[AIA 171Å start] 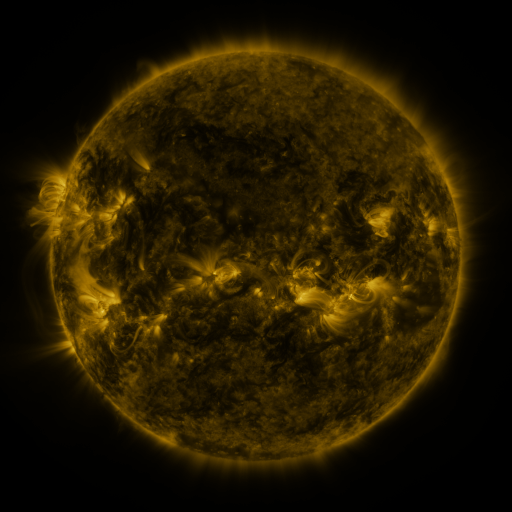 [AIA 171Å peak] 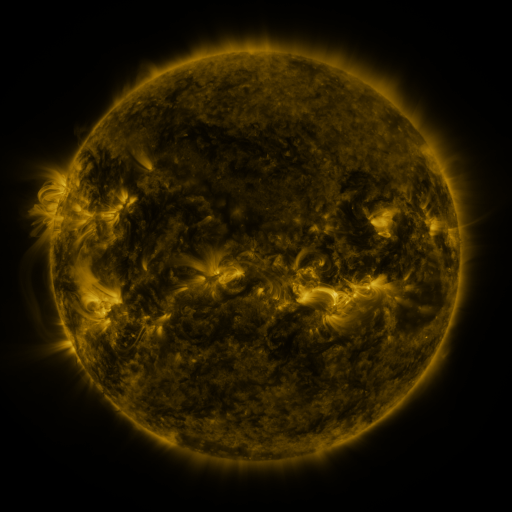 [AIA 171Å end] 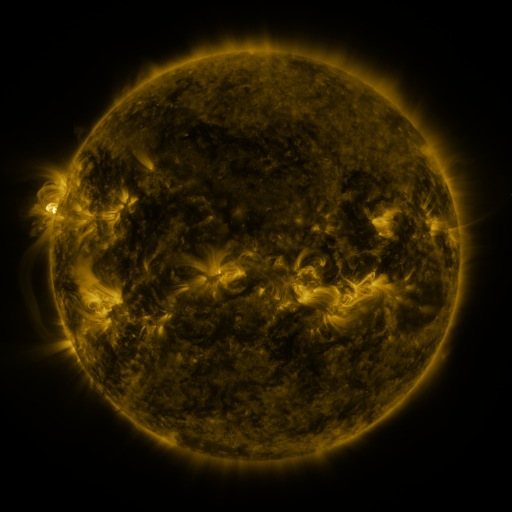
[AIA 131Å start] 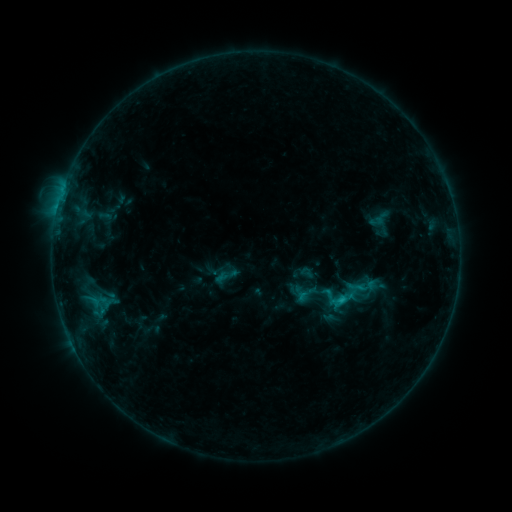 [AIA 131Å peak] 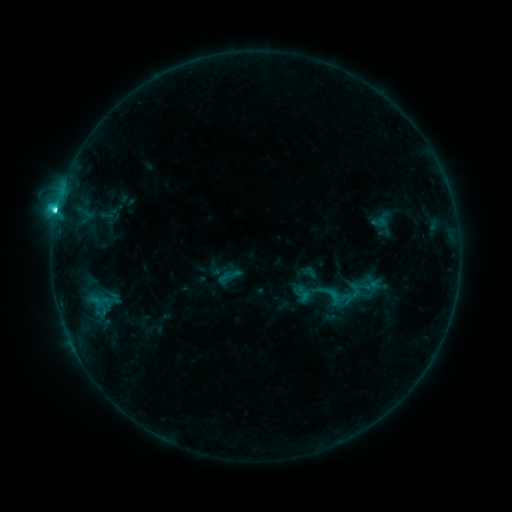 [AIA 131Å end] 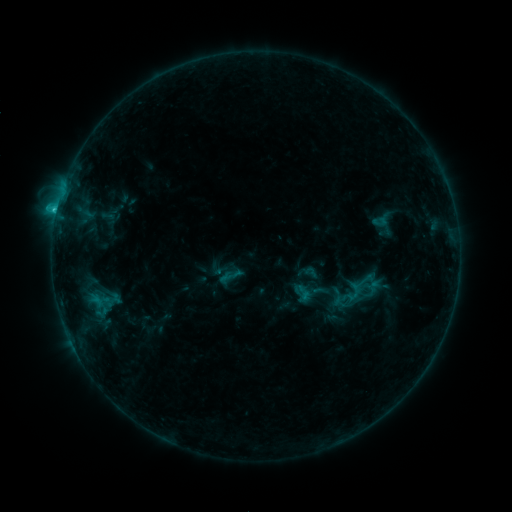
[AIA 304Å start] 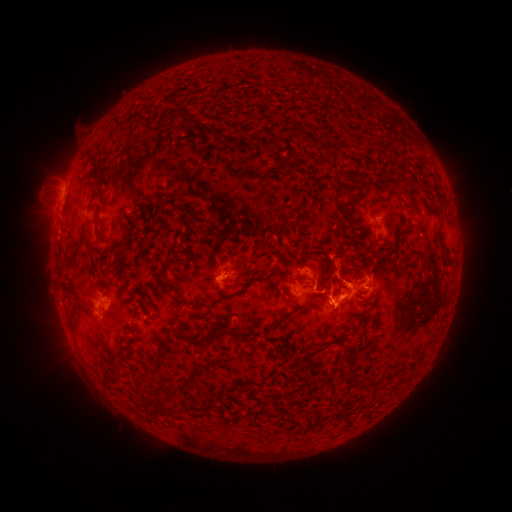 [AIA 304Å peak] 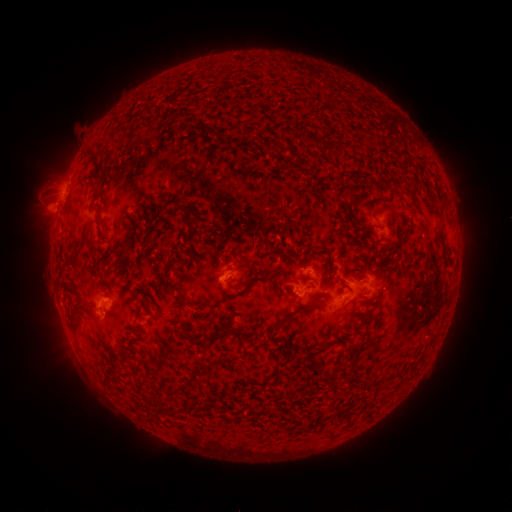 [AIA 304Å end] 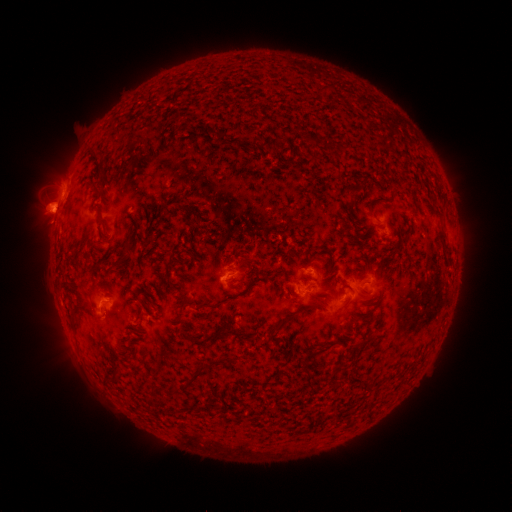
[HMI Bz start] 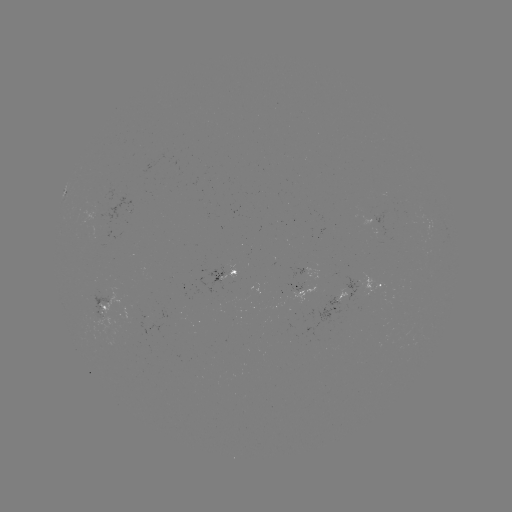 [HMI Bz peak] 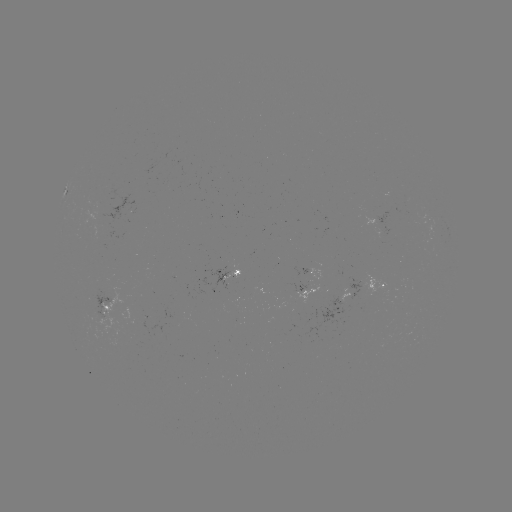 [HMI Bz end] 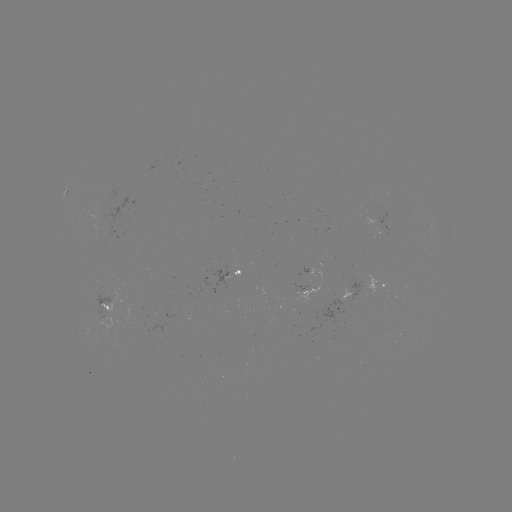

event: emerging-flux region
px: (107, 207)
